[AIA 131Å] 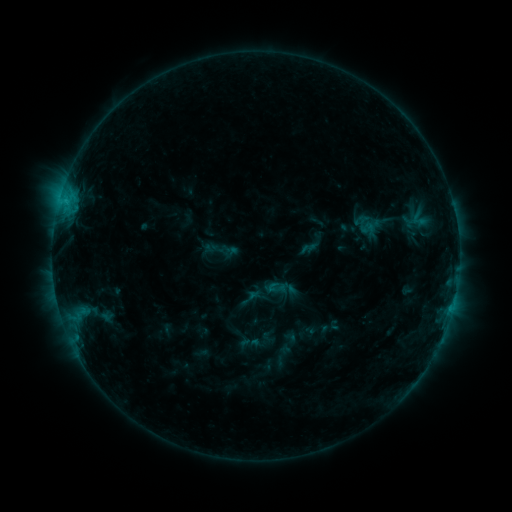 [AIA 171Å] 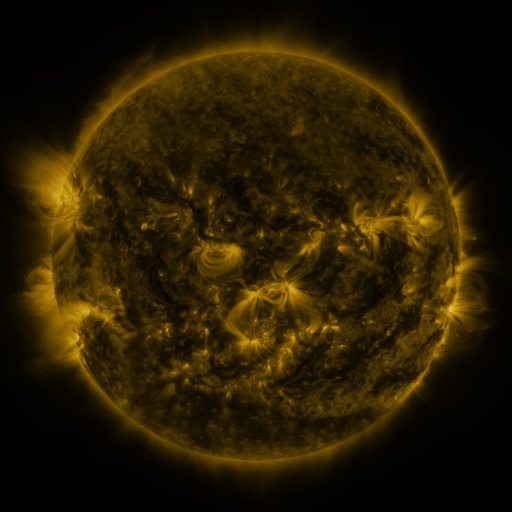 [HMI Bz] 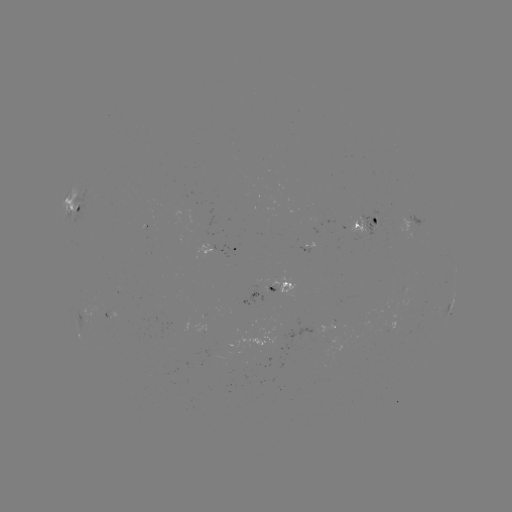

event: sigmoid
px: (276, 288)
